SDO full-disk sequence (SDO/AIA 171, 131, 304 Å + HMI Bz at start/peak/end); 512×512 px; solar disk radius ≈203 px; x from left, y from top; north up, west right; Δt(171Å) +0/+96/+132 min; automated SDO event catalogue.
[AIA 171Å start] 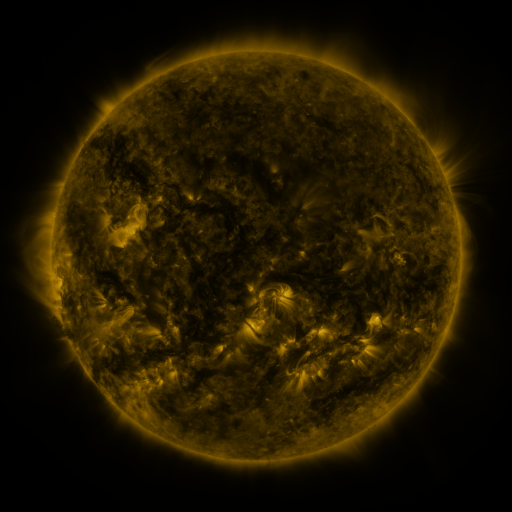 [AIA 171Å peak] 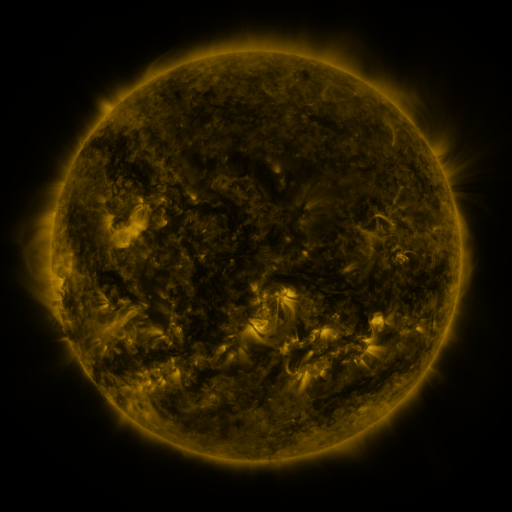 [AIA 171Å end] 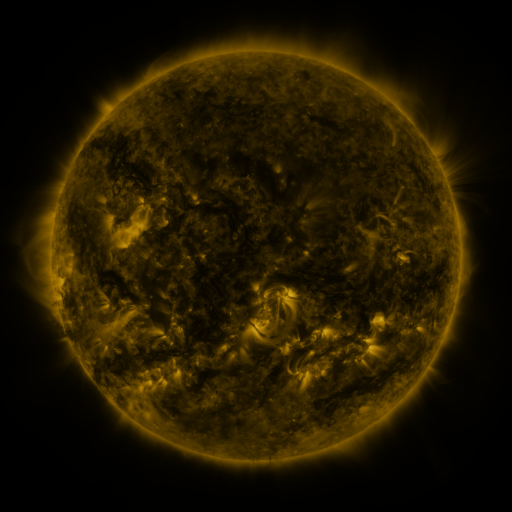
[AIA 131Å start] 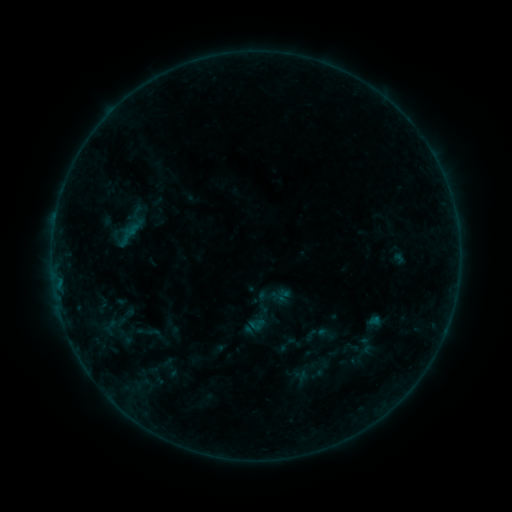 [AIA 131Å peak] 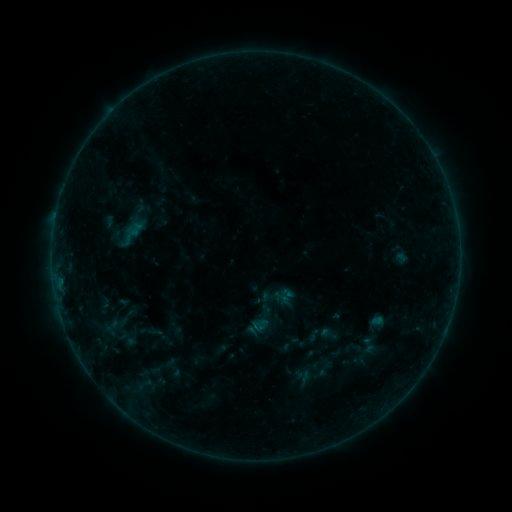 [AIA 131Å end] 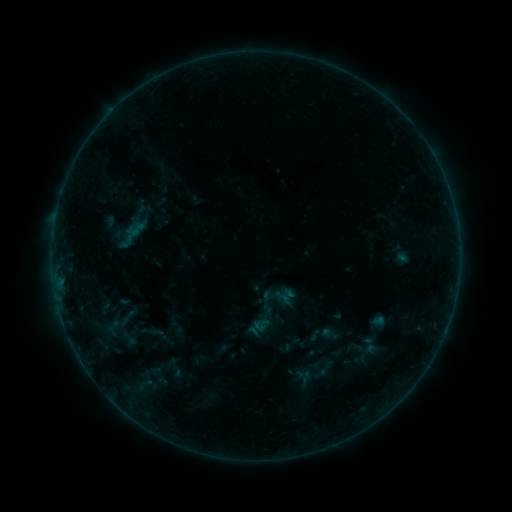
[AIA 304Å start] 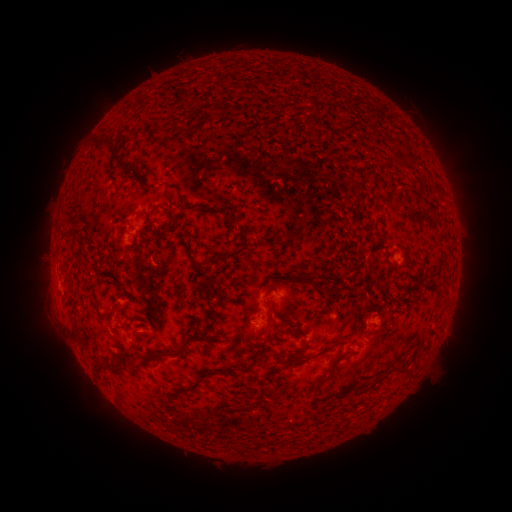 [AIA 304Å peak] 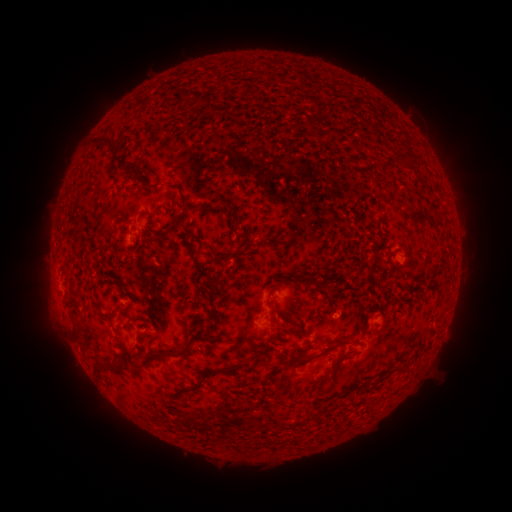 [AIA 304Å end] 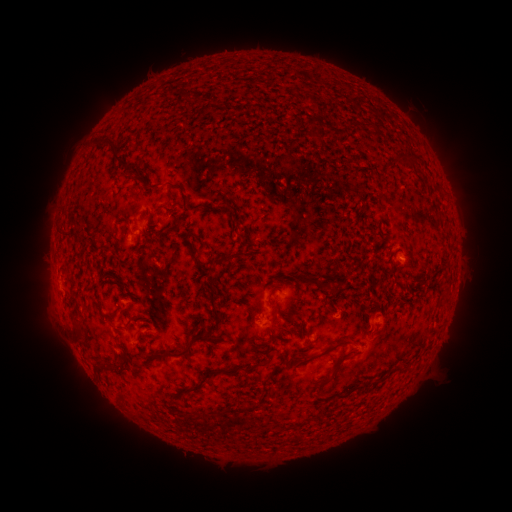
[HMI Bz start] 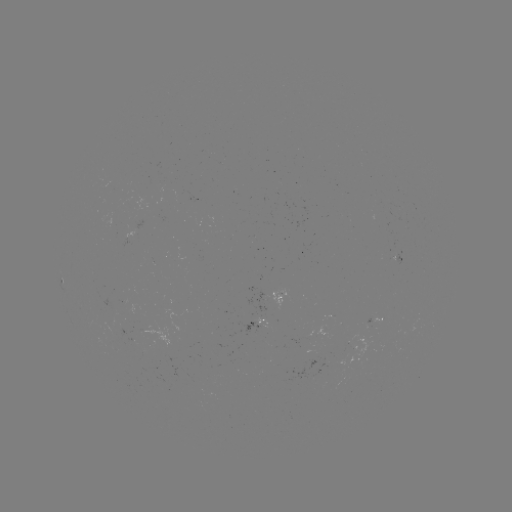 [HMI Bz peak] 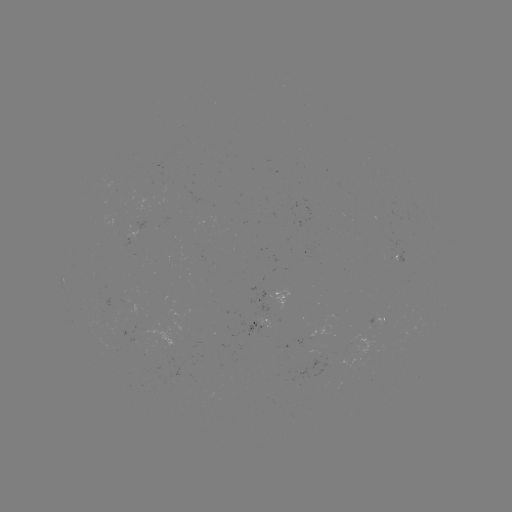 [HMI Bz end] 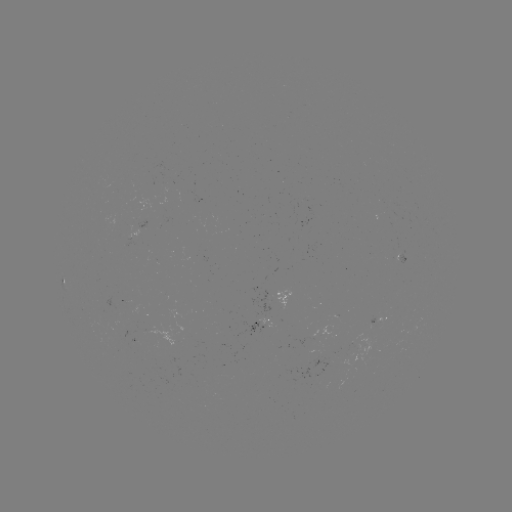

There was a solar emerging-flux region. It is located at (135, 341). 